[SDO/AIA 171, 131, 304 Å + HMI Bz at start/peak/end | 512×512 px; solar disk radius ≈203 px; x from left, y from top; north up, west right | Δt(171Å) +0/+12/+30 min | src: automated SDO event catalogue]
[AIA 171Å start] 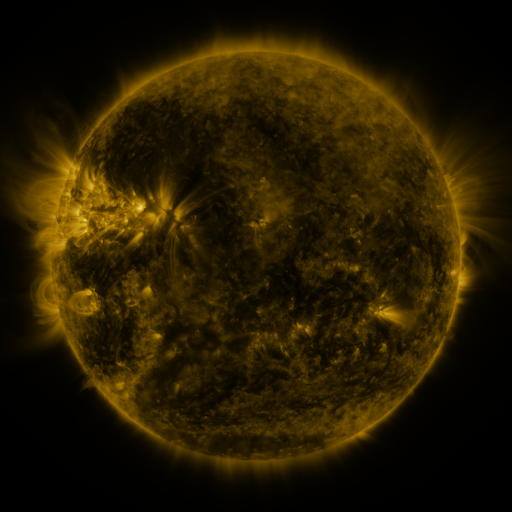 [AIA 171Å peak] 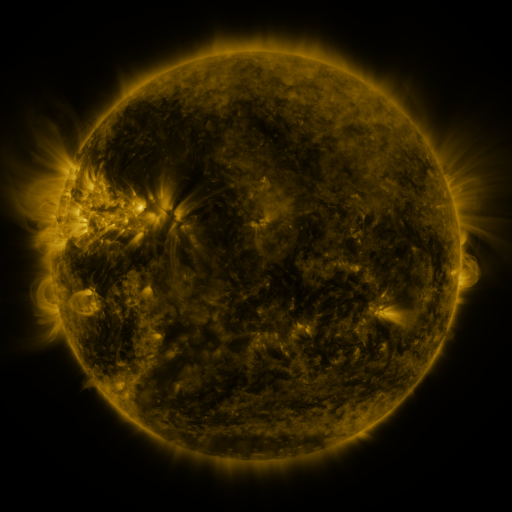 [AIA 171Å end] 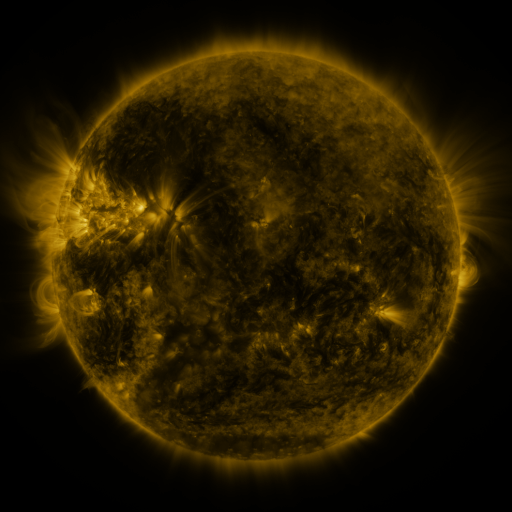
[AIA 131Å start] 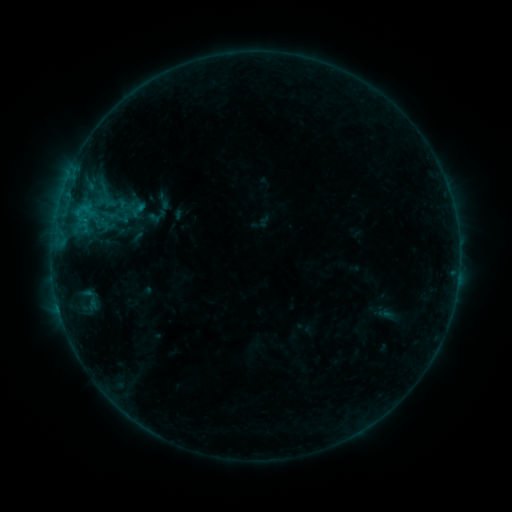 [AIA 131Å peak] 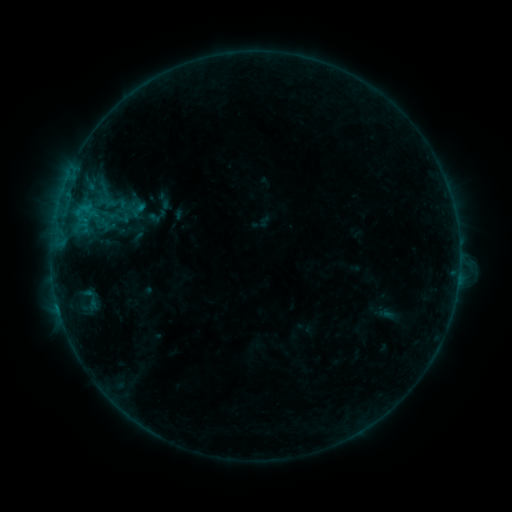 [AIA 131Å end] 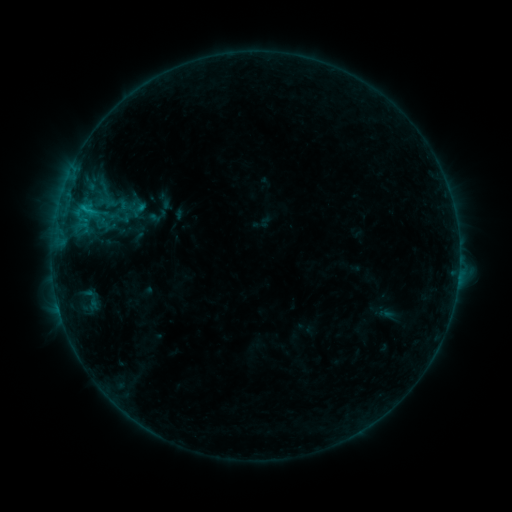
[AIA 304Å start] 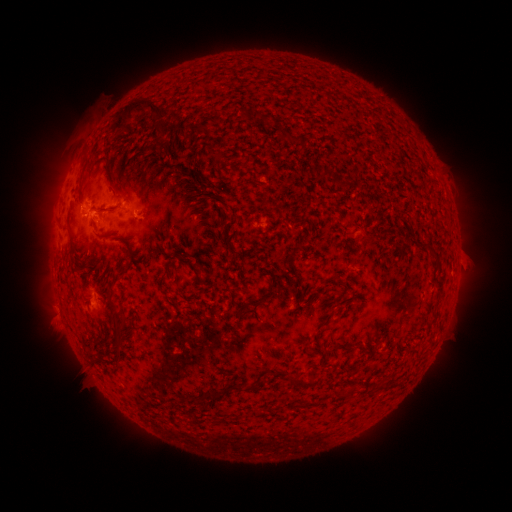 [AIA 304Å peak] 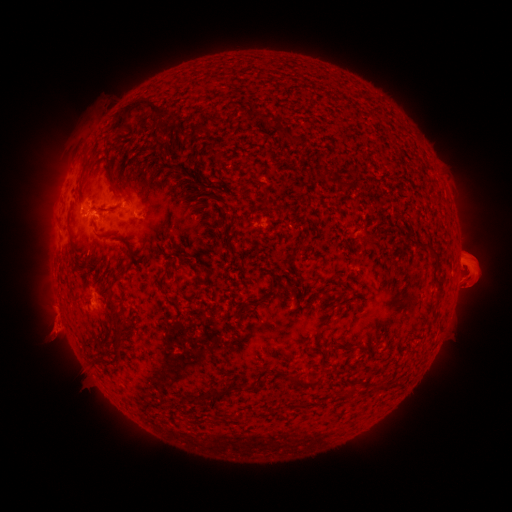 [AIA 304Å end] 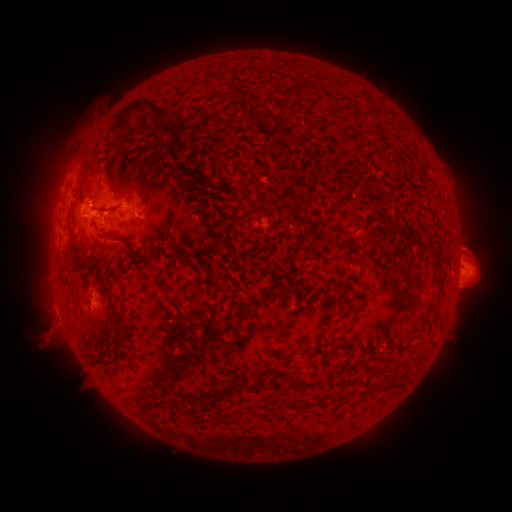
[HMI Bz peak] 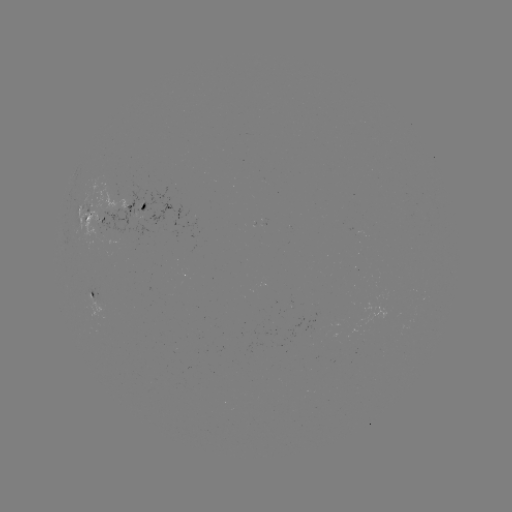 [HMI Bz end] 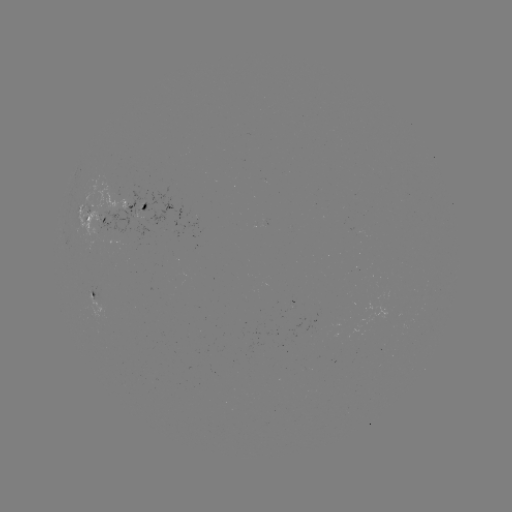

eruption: <bbox>444, 223, 497, 305</bbox>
